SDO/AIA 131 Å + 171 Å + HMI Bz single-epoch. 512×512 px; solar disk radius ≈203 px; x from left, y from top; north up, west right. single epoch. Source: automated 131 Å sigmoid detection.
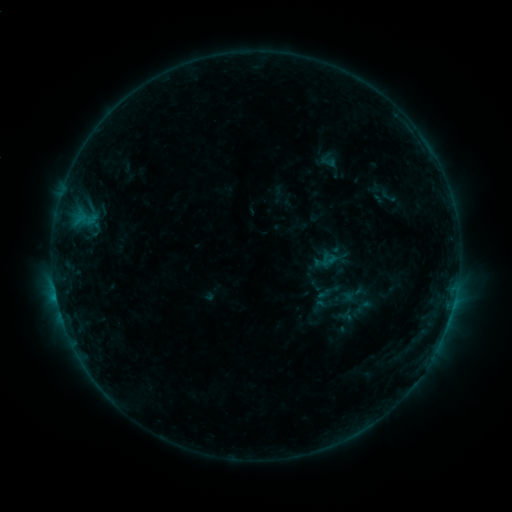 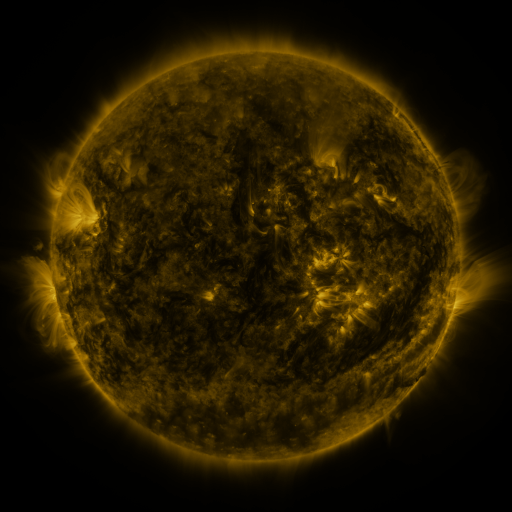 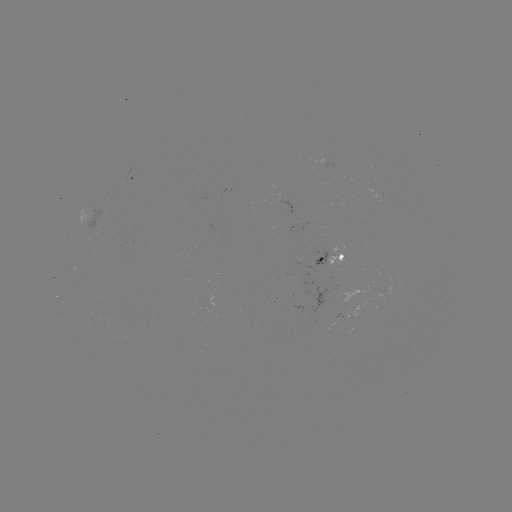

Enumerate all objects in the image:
sigmoid: (321, 251, 338, 268)
sigmoid: (310, 297, 327, 314)
